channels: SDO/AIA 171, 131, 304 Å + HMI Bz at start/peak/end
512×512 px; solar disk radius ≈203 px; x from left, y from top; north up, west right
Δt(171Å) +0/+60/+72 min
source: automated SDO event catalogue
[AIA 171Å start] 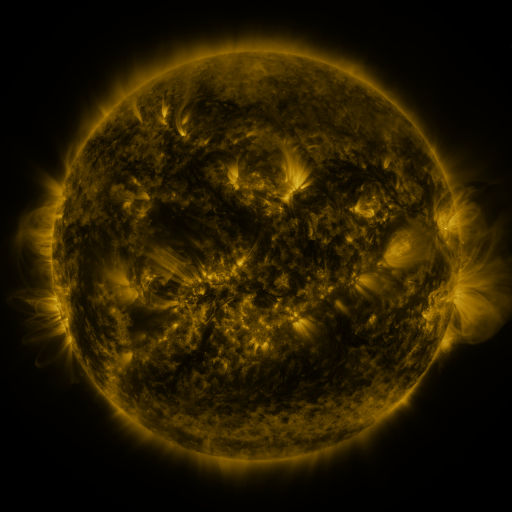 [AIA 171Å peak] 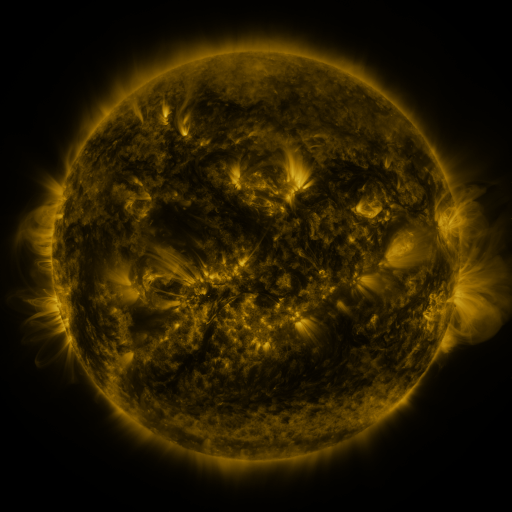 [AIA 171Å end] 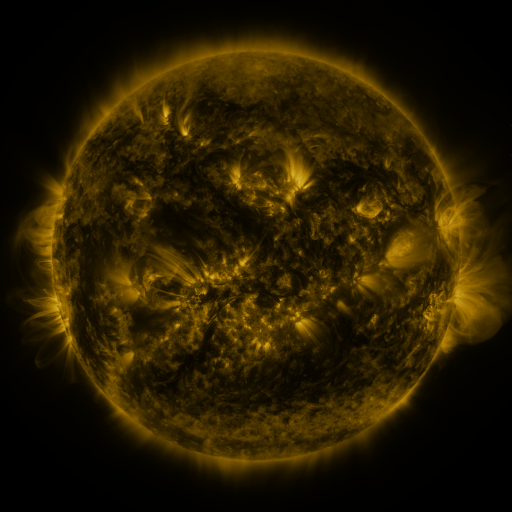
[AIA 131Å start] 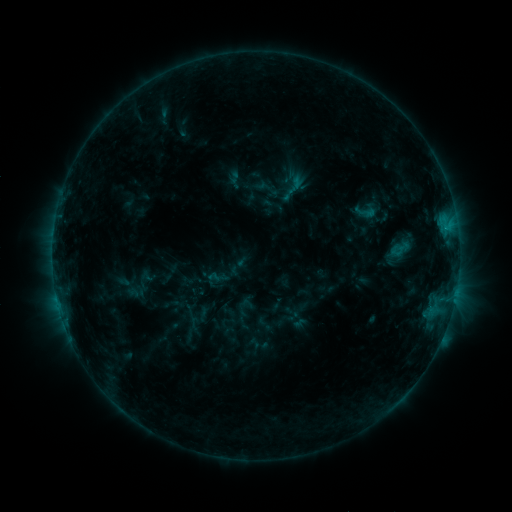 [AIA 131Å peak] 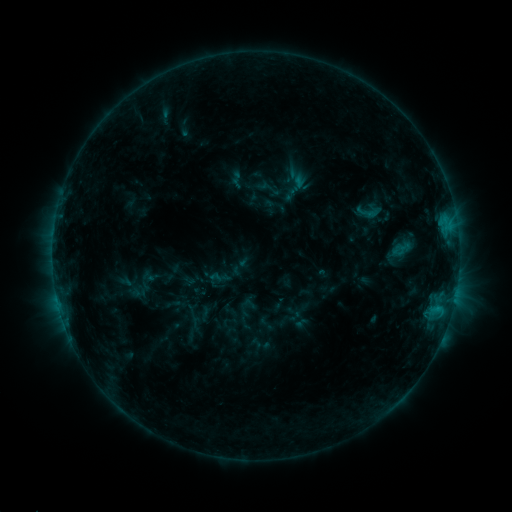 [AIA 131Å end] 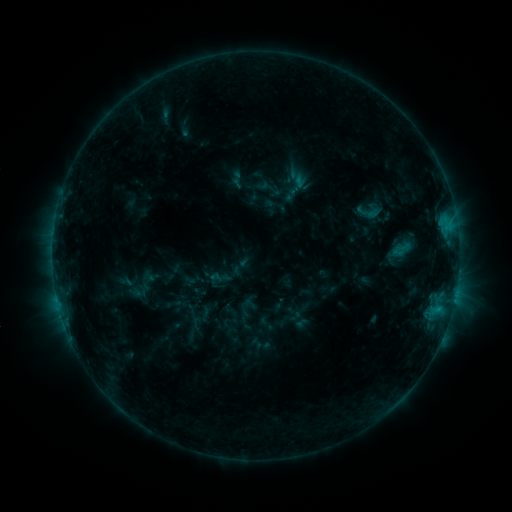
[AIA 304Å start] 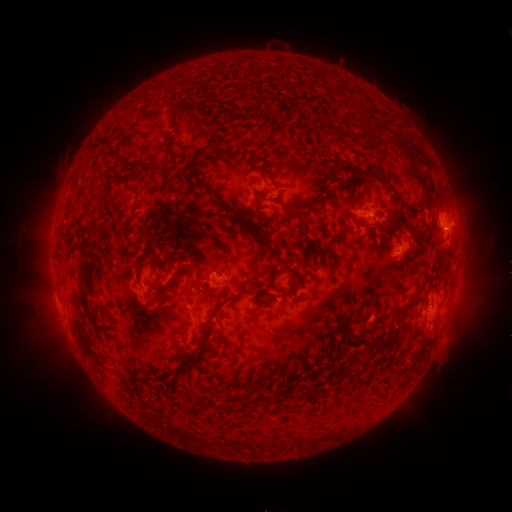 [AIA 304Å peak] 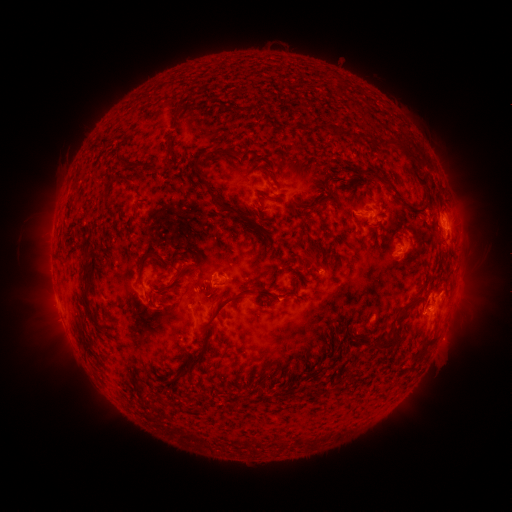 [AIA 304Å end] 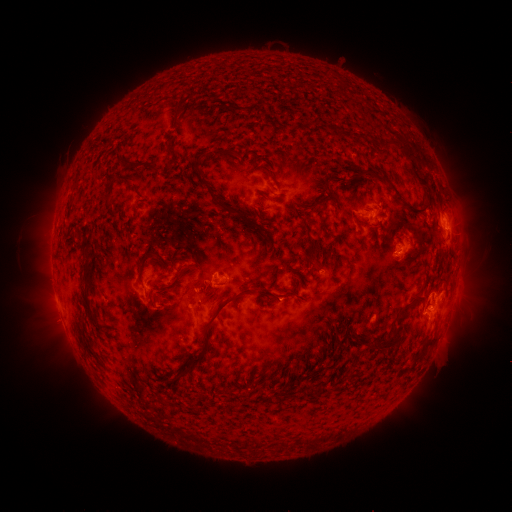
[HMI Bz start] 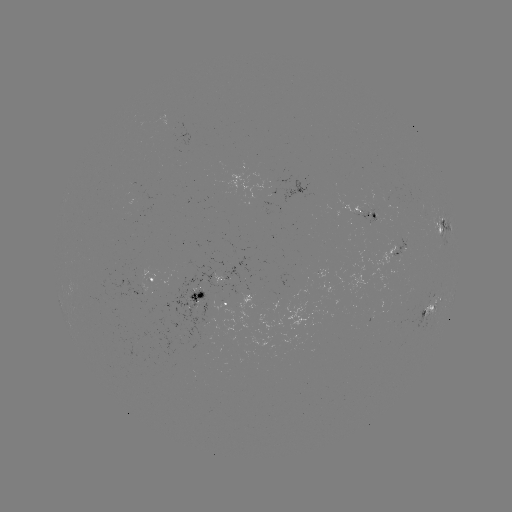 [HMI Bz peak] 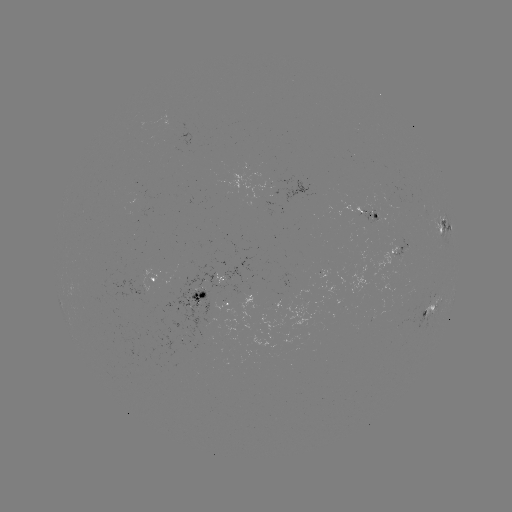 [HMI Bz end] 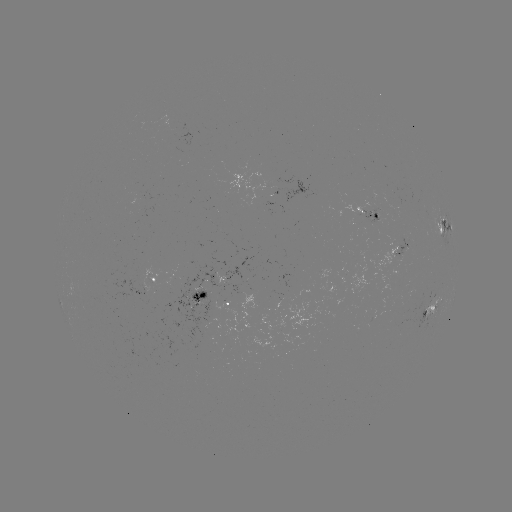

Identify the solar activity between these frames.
emerging-flux region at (375, 206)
